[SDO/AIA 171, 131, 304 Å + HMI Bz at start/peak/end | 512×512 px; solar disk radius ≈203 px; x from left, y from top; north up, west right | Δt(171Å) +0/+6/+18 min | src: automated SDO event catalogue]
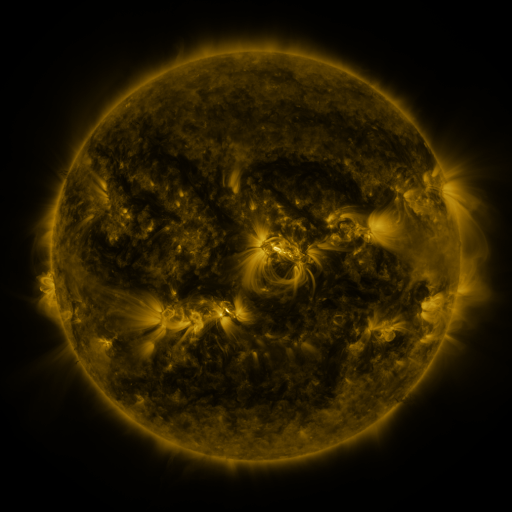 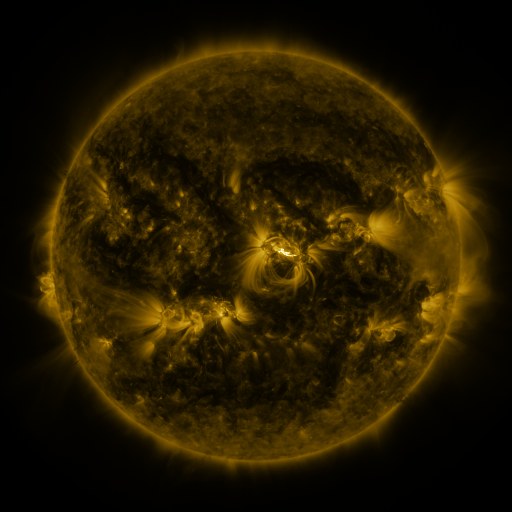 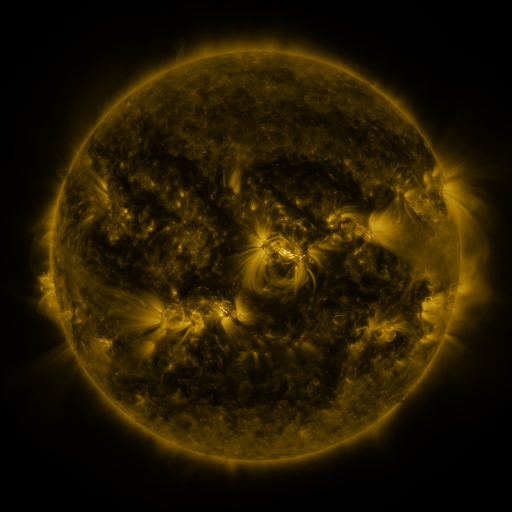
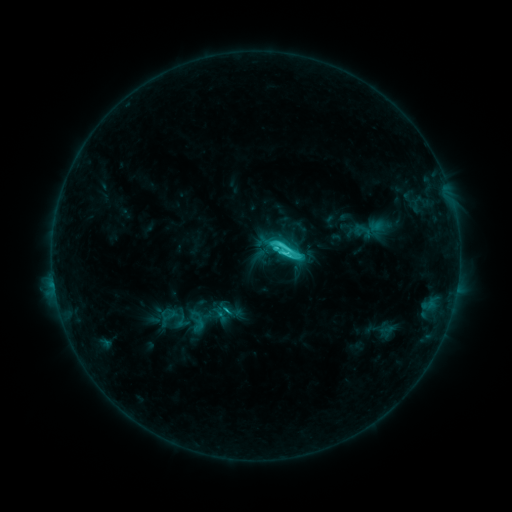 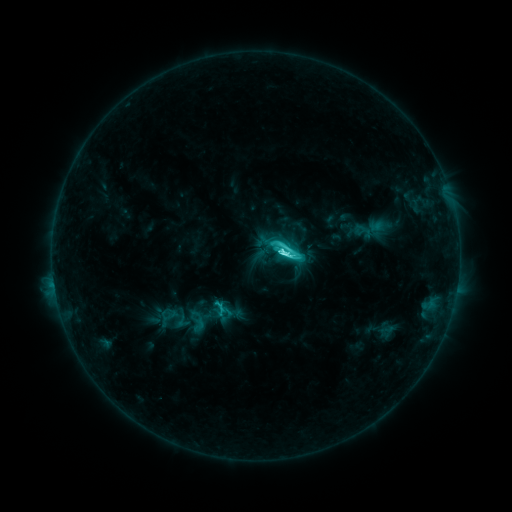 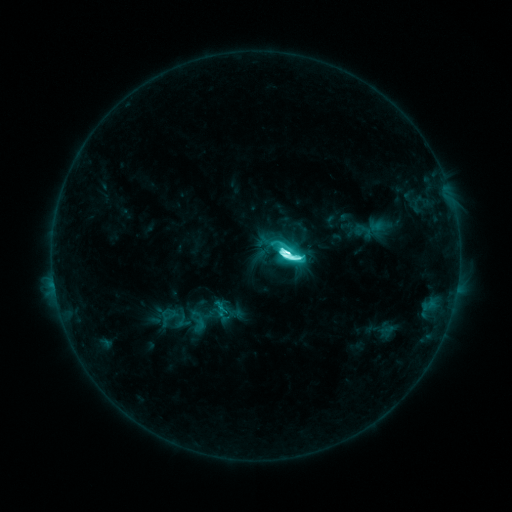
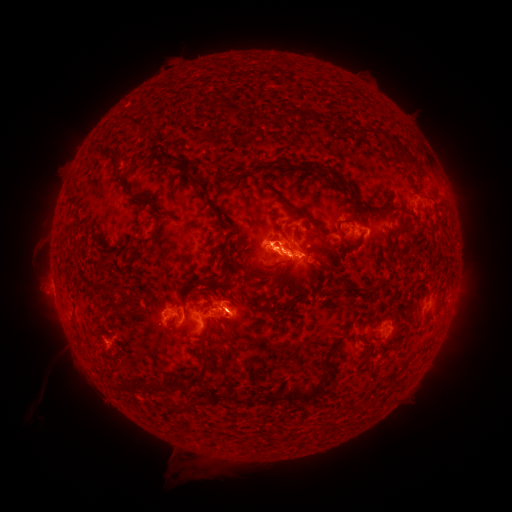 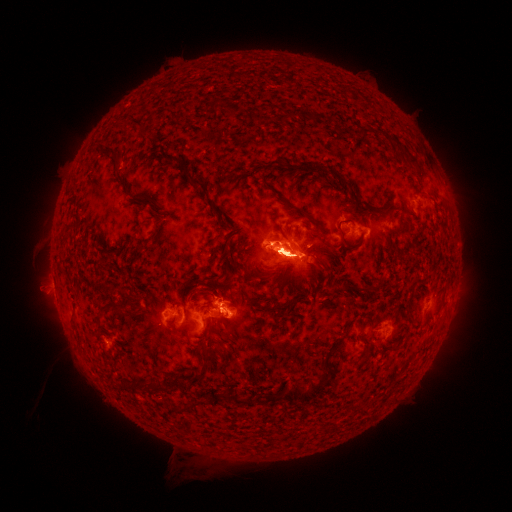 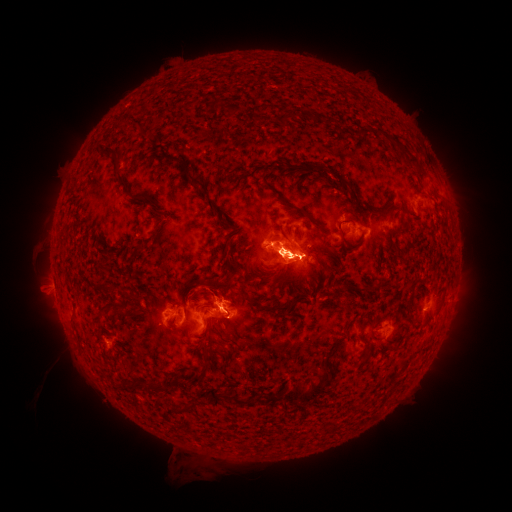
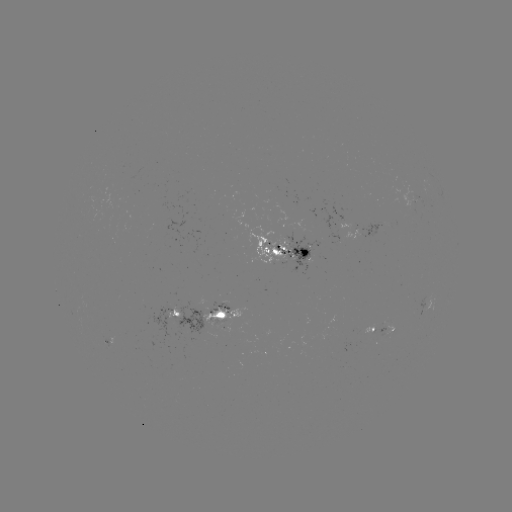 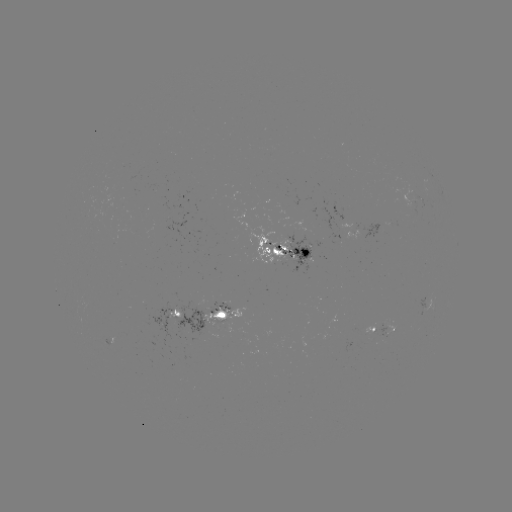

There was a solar eruption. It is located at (277, 276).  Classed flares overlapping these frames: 1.